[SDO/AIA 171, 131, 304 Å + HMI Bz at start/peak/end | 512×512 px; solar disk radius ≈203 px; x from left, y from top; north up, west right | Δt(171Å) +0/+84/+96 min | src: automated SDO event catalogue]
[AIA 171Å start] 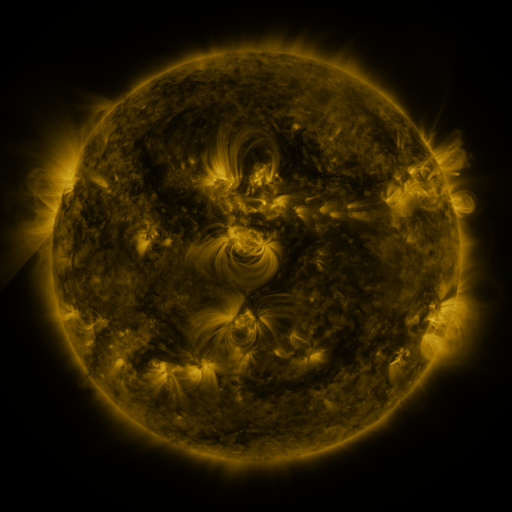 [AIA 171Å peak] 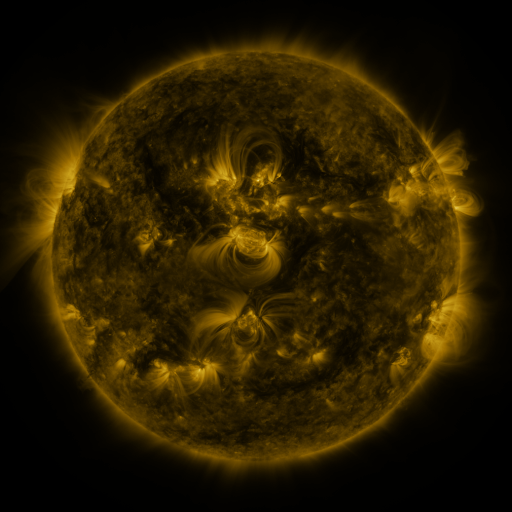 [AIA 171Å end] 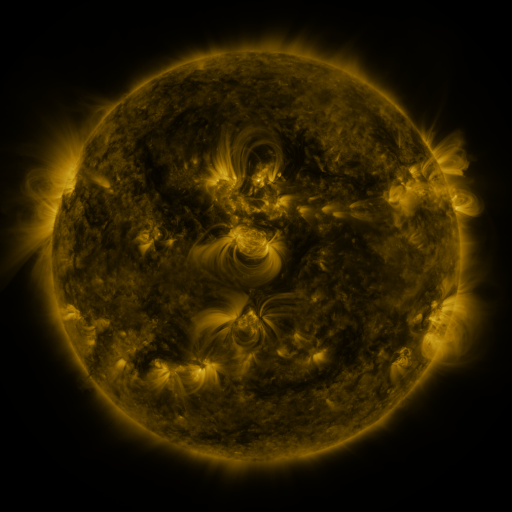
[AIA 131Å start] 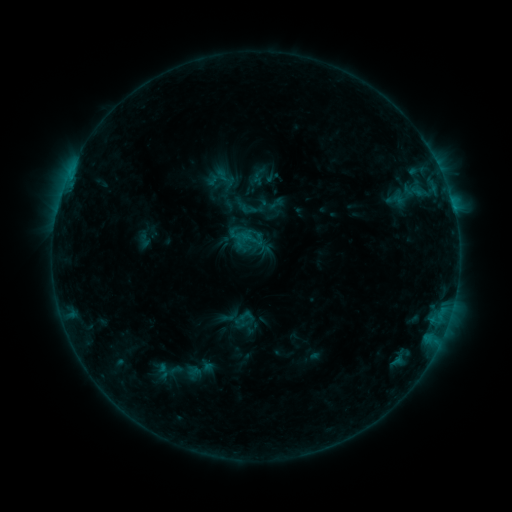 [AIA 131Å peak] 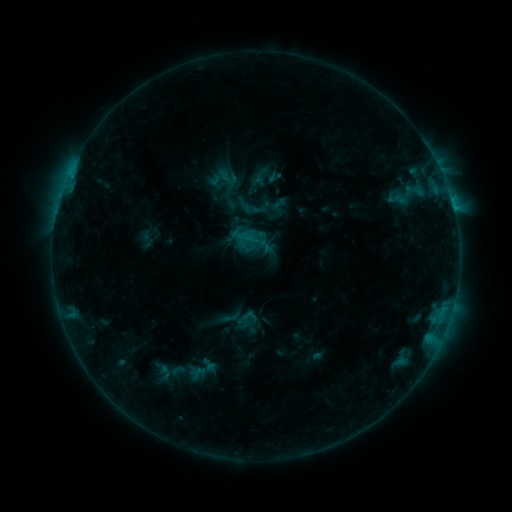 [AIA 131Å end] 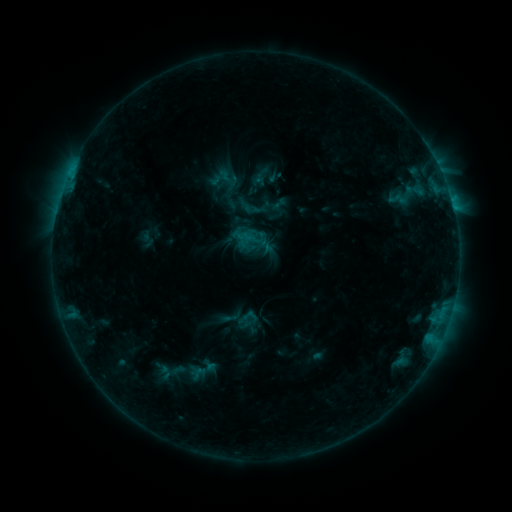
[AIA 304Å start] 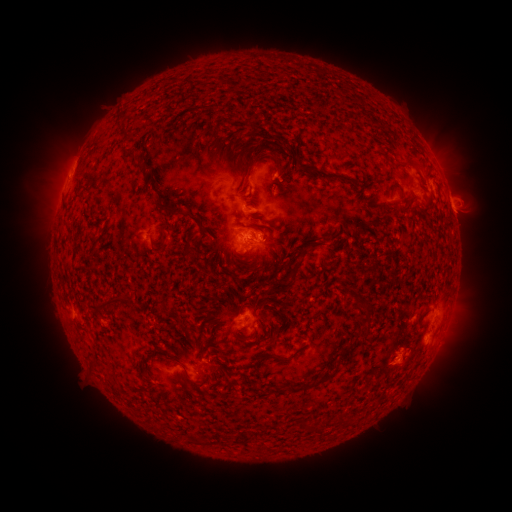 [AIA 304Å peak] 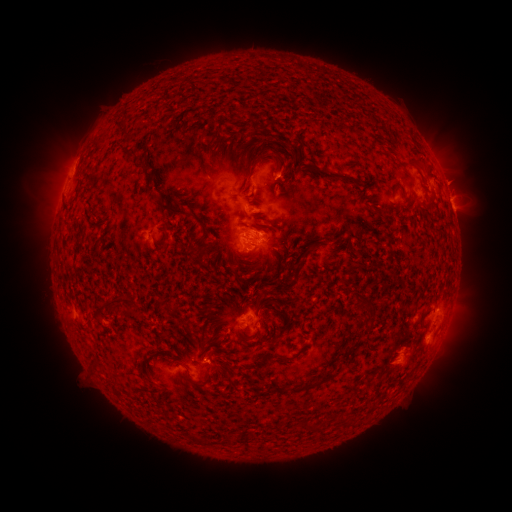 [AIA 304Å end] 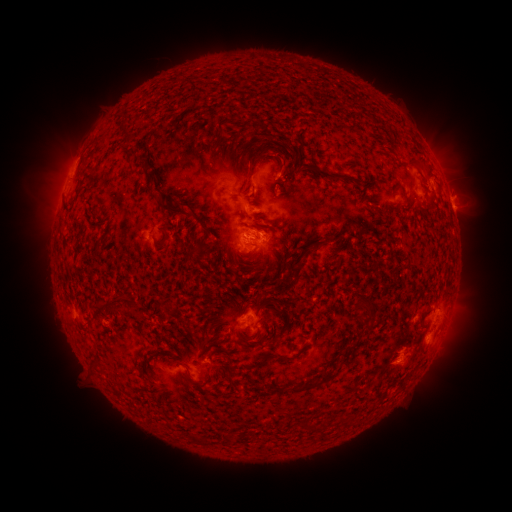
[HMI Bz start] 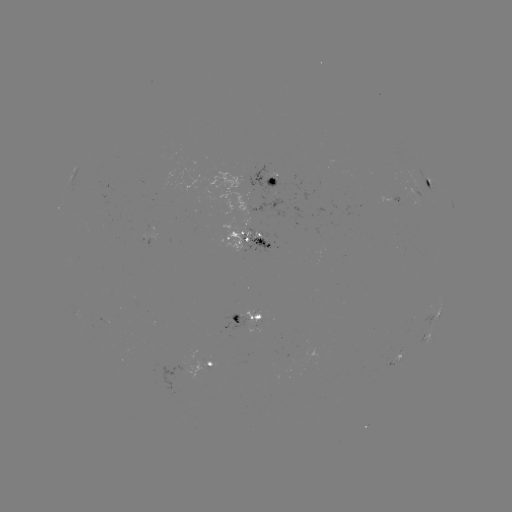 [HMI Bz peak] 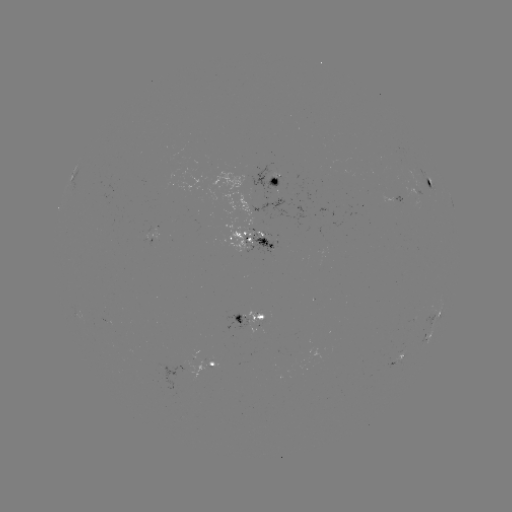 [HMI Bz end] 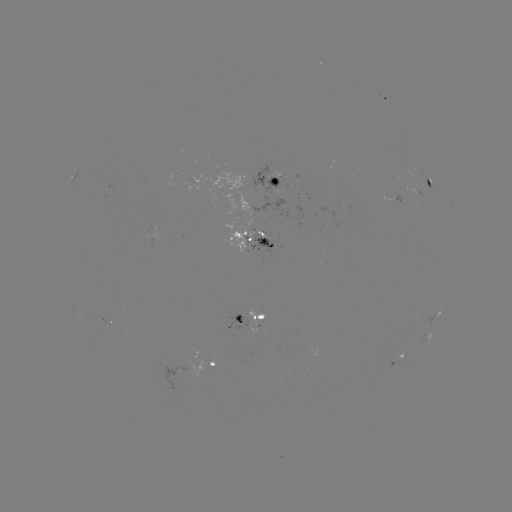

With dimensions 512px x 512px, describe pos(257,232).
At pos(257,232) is emerging-flux region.